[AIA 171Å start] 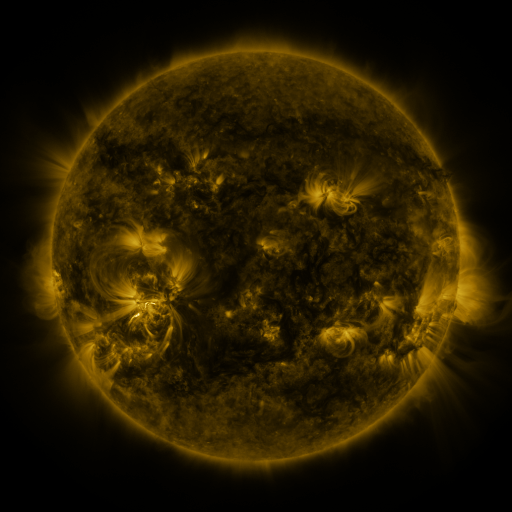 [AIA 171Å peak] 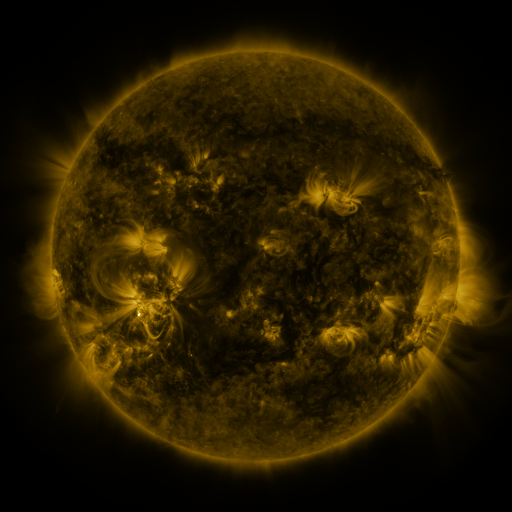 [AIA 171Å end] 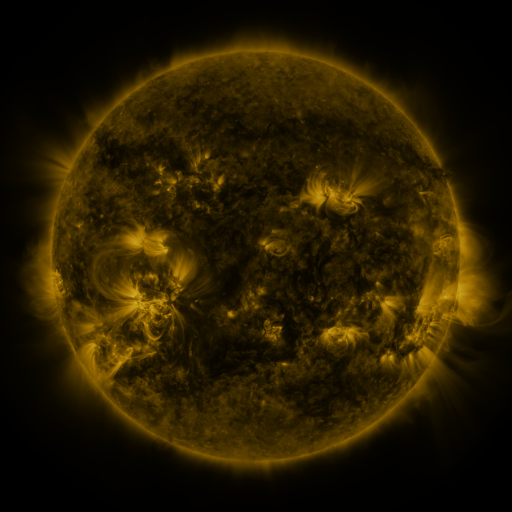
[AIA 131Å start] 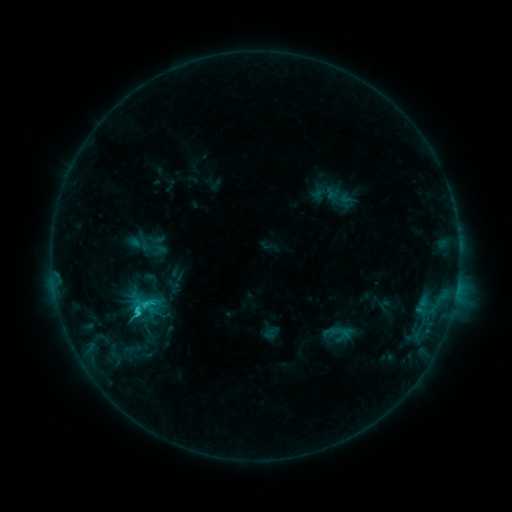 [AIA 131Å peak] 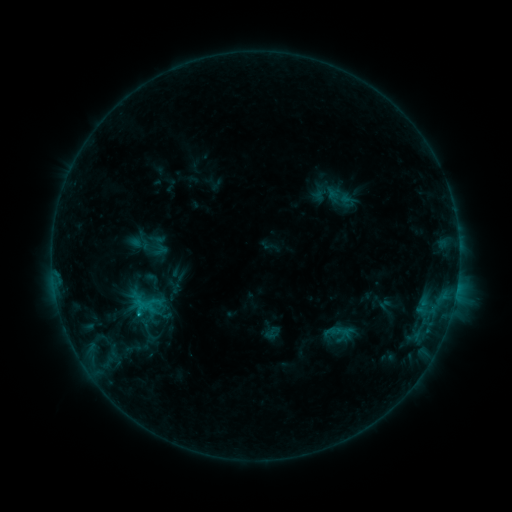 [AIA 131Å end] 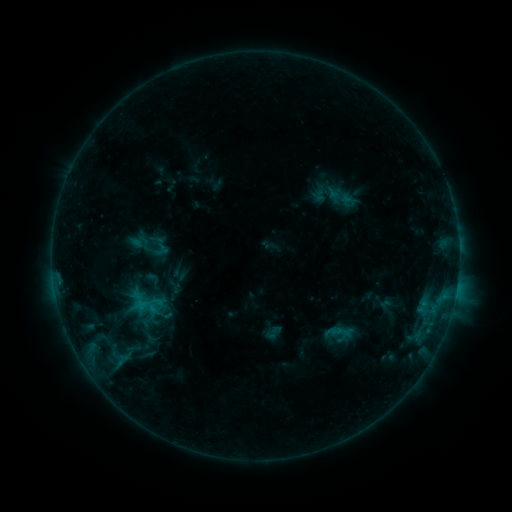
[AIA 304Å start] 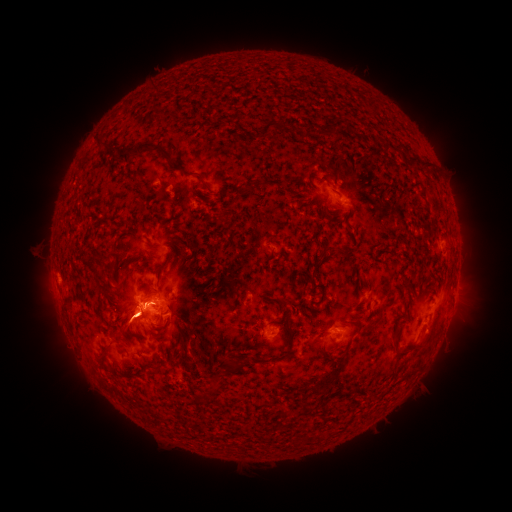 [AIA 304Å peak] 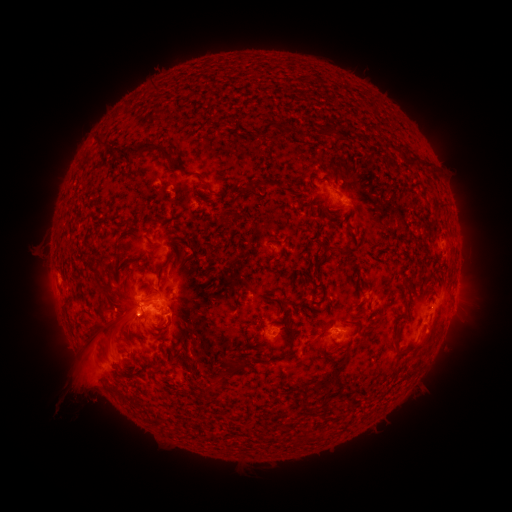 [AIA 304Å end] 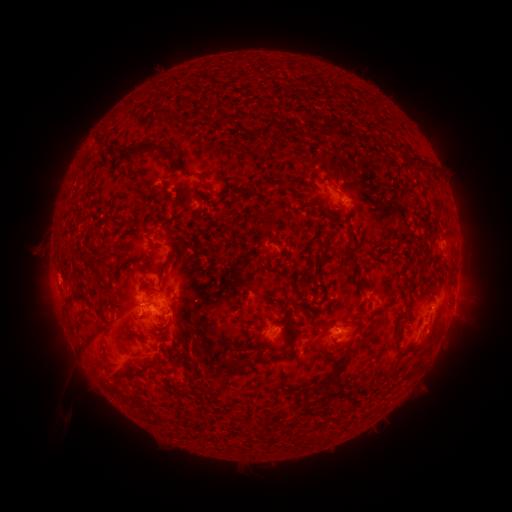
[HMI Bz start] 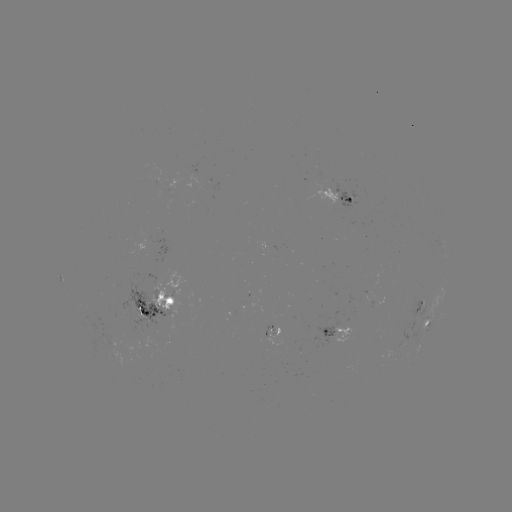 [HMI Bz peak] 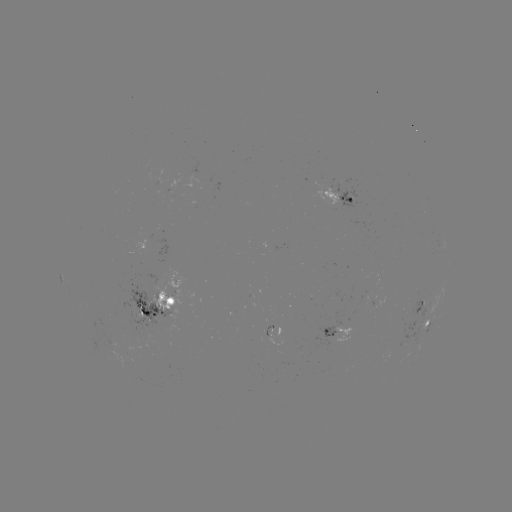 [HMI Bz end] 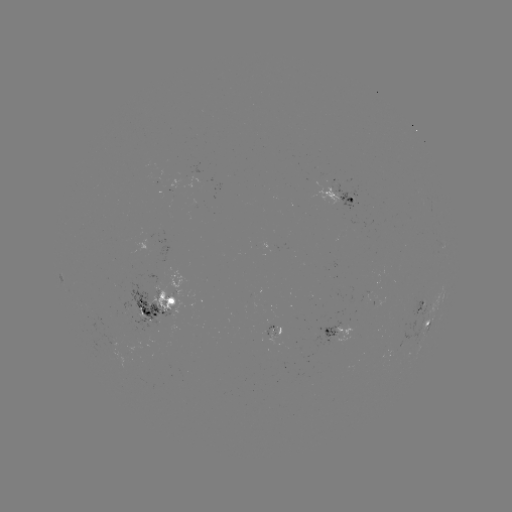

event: eruption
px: (102, 371)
